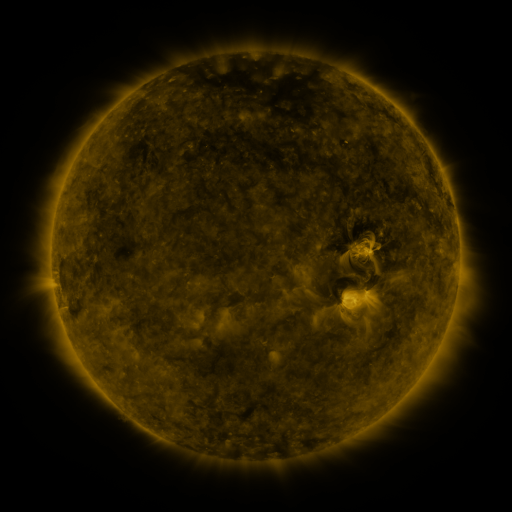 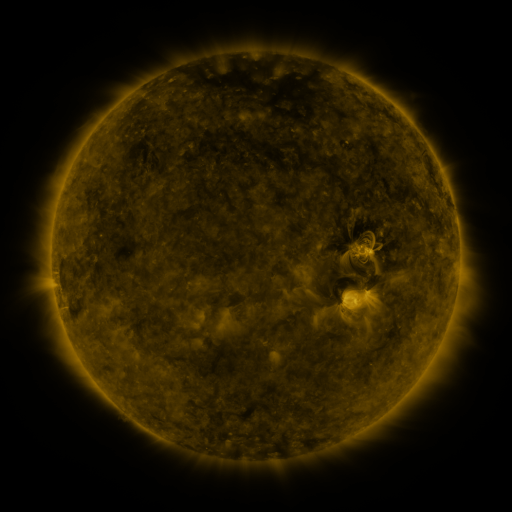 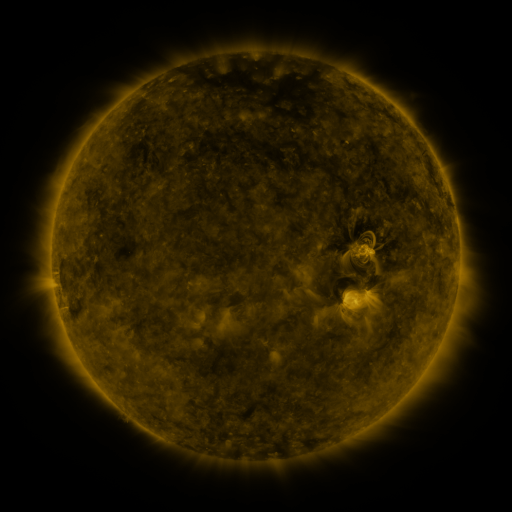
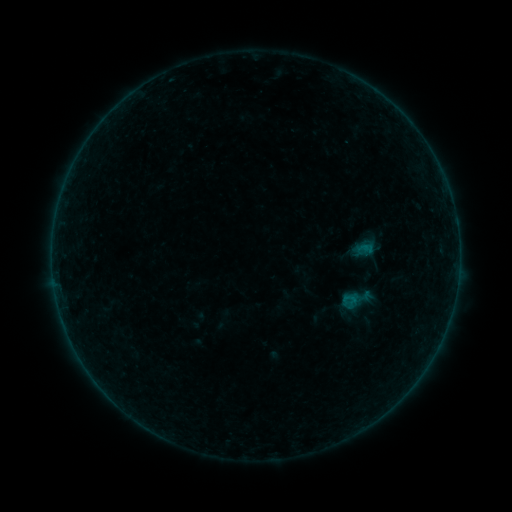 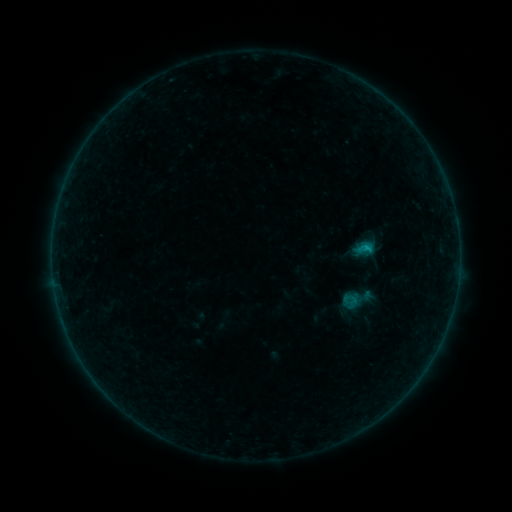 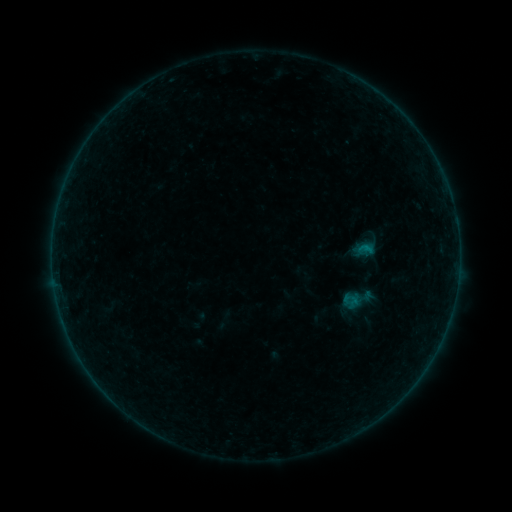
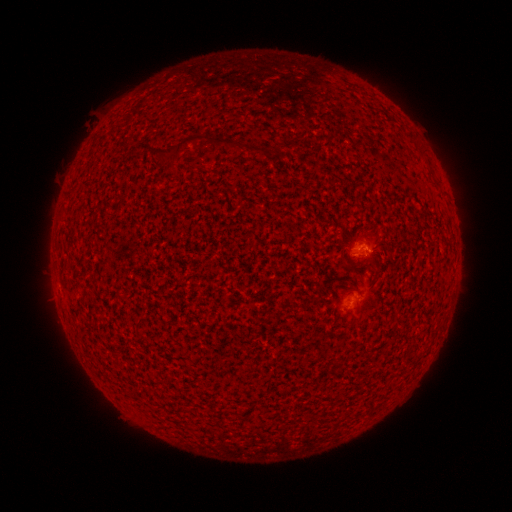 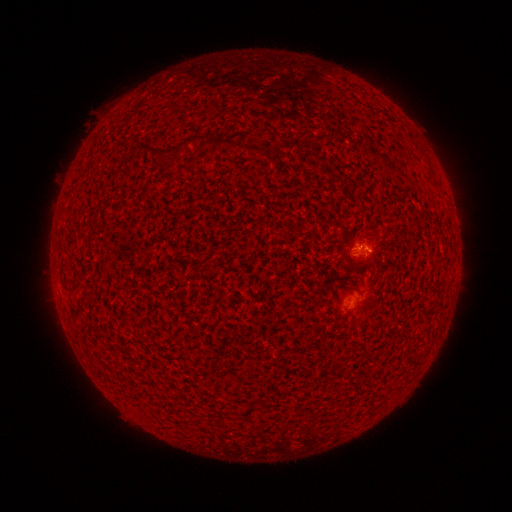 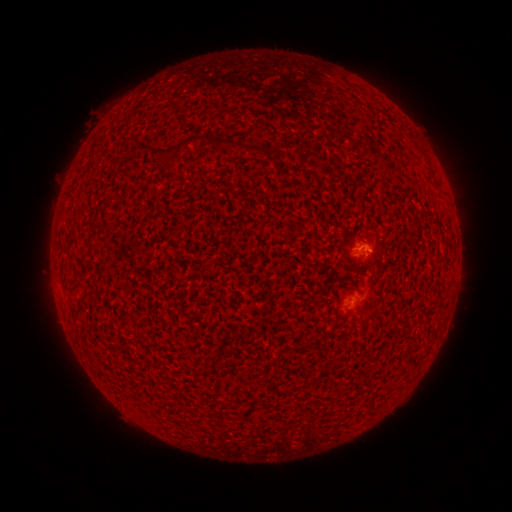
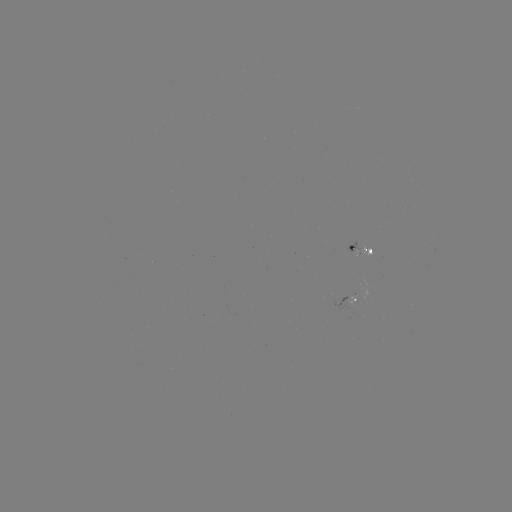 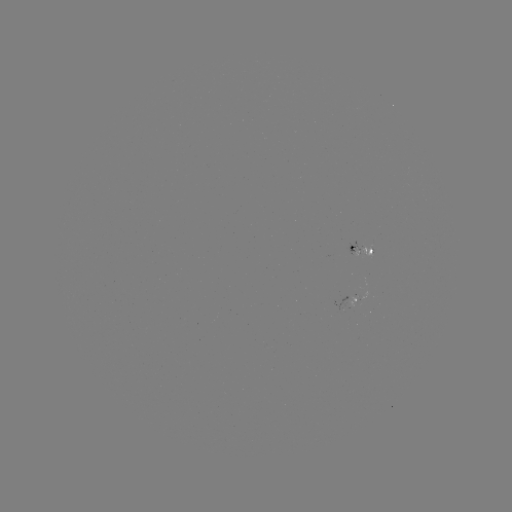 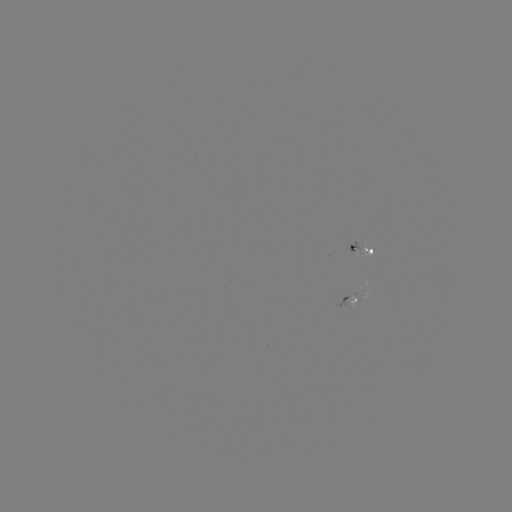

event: flare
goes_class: B4.1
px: (363, 248)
